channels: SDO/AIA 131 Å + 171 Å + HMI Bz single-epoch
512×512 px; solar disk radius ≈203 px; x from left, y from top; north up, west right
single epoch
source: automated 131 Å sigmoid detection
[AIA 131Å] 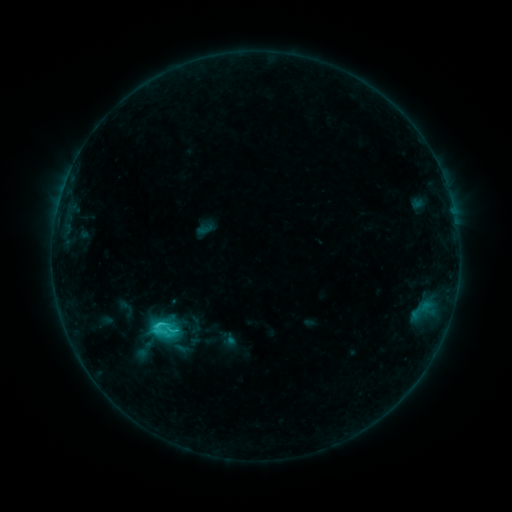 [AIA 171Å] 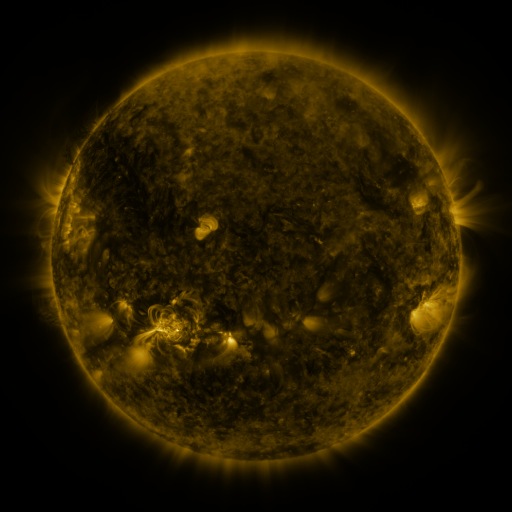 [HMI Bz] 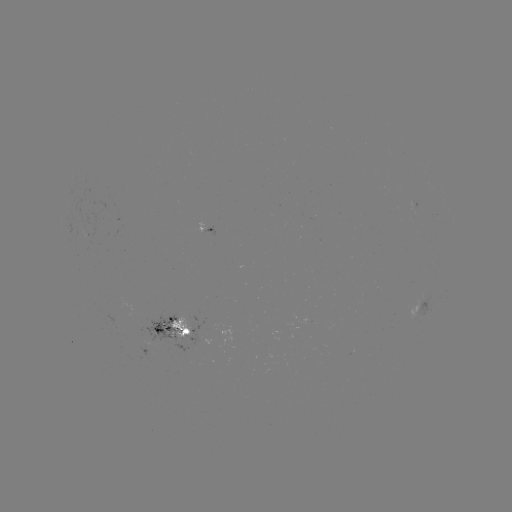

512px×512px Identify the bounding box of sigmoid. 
[146, 315, 176, 343].